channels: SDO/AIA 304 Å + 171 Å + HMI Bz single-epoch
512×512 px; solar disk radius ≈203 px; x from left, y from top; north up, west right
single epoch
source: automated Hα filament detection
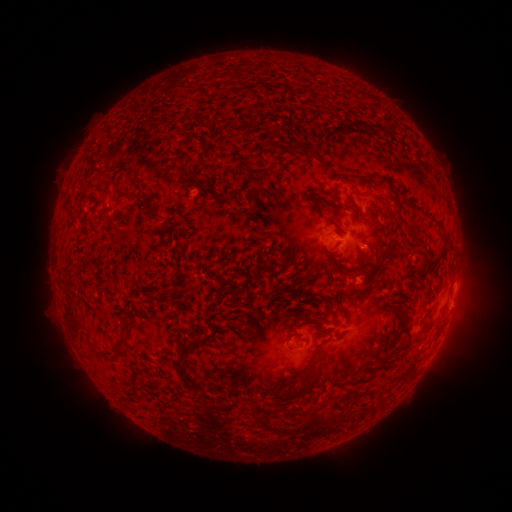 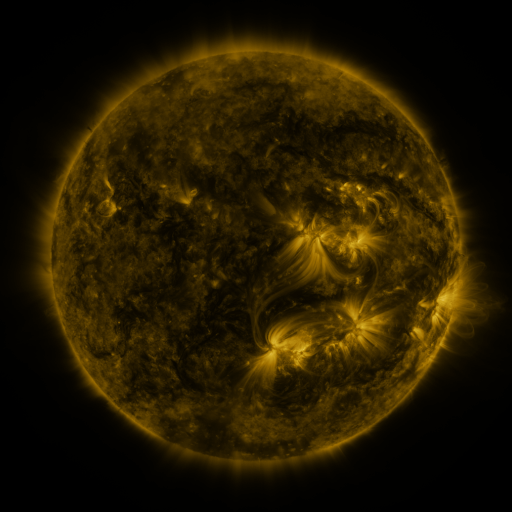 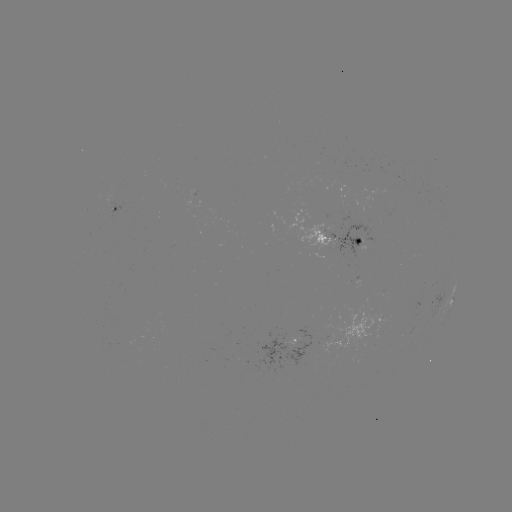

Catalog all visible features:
filament: (339, 128)
filament: (306, 148)
filament: (89, 174)
filament: (360, 179)
filament: (223, 198)
filament: (149, 203)
filament: (352, 209)
filament: (390, 216)
filament: (331, 223)
filament: (392, 247)
filament: (351, 275)
filament: (337, 301)
filament: (276, 322)
filament: (404, 331)
filament: (288, 338)
filament: (117, 347)
filament: (182, 351)
filament: (396, 354)
filament: (302, 371)
filament: (290, 379)
filament: (304, 388)
filament: (316, 434)
